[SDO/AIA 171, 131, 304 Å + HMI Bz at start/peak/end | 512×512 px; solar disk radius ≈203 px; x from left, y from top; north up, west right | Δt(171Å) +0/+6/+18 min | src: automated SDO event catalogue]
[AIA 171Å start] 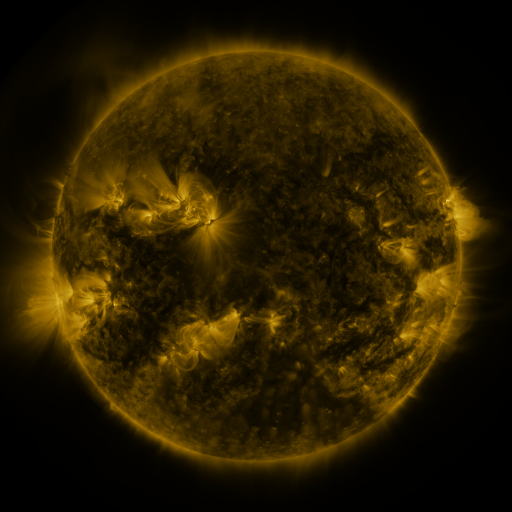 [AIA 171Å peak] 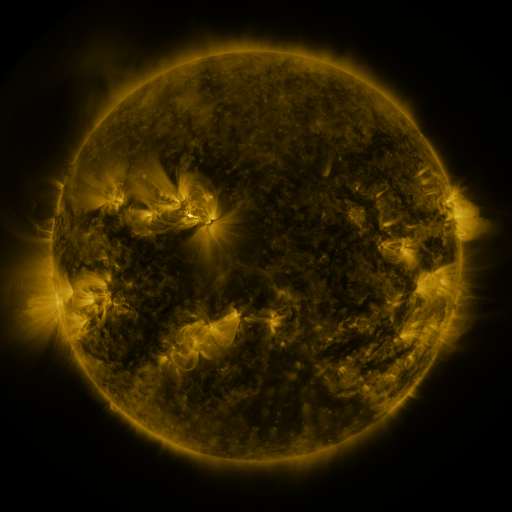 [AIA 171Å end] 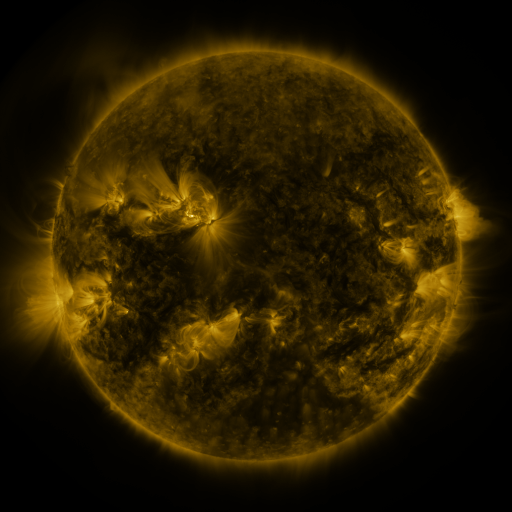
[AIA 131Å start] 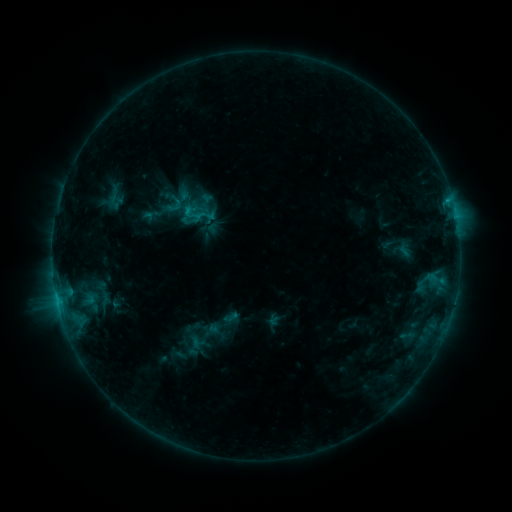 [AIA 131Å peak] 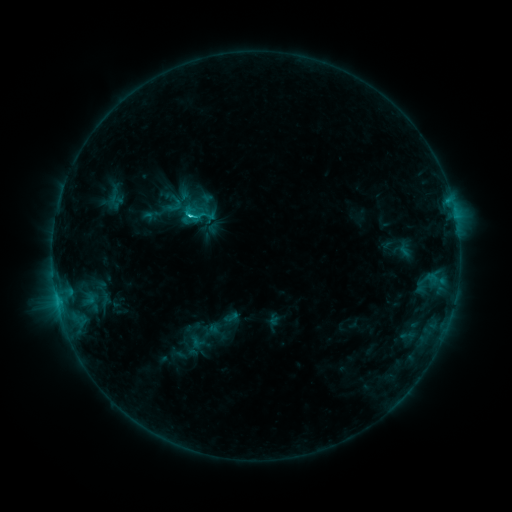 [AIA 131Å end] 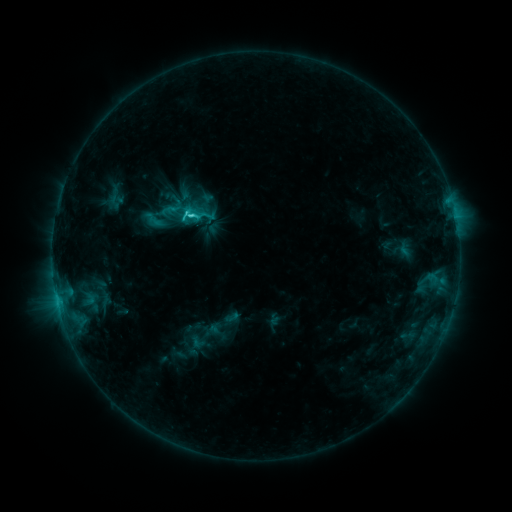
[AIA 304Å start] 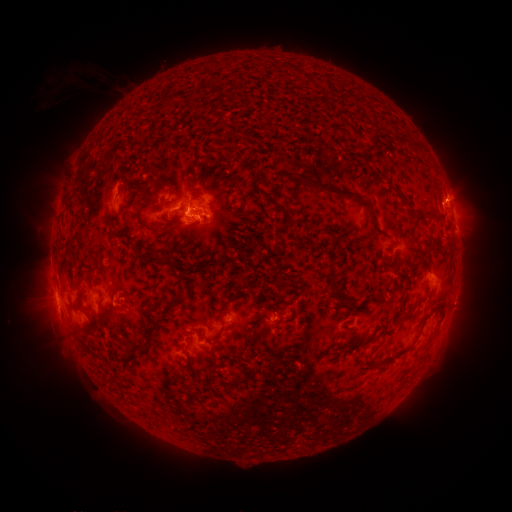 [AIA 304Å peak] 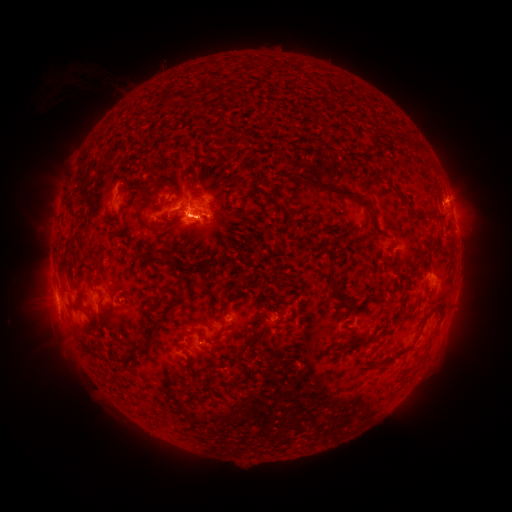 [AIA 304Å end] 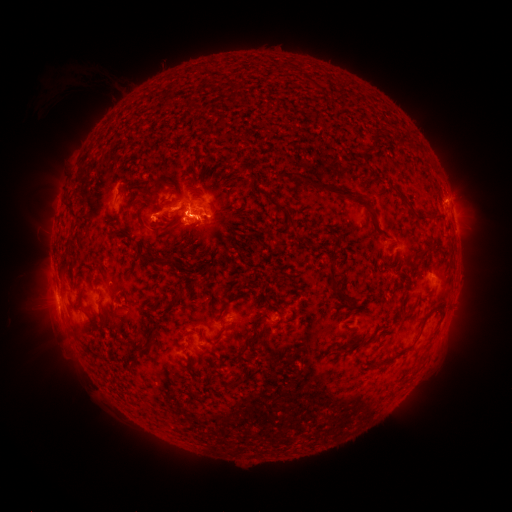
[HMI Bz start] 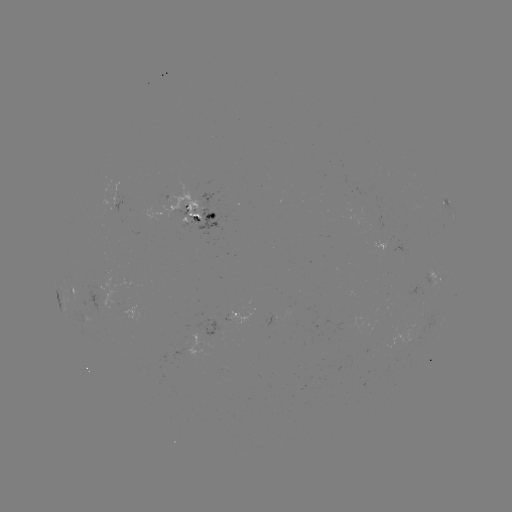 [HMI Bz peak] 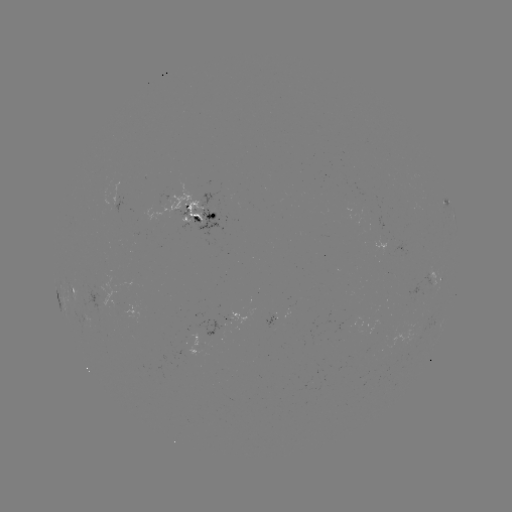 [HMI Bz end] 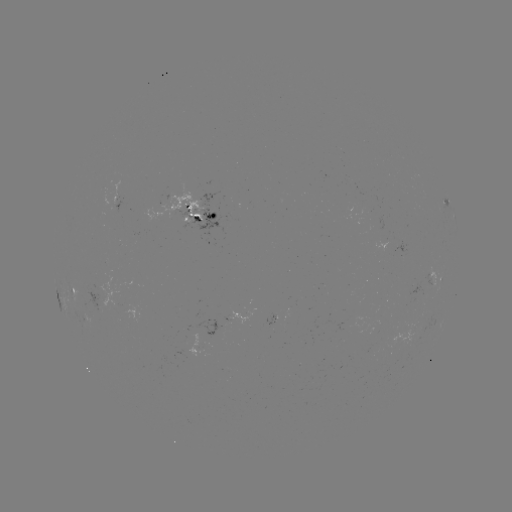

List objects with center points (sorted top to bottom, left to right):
C4.4 flare: (191, 218)
